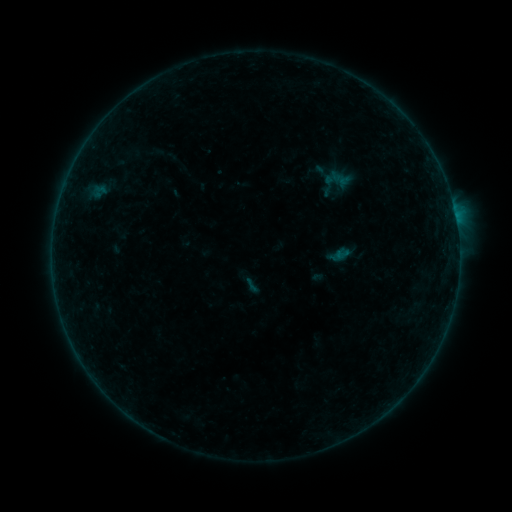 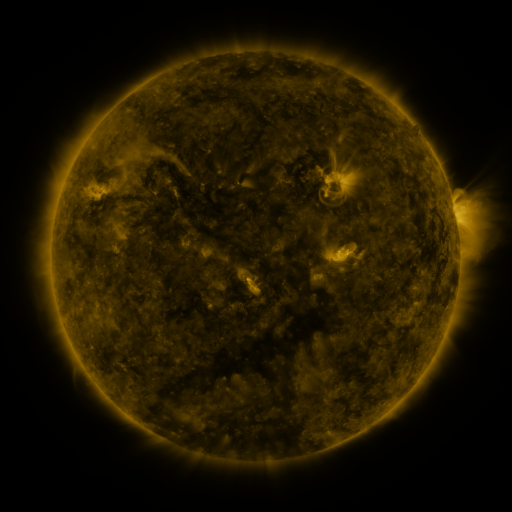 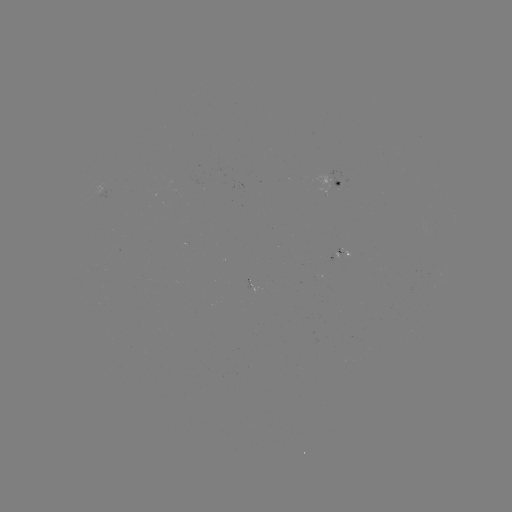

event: sigmoid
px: (251, 285)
